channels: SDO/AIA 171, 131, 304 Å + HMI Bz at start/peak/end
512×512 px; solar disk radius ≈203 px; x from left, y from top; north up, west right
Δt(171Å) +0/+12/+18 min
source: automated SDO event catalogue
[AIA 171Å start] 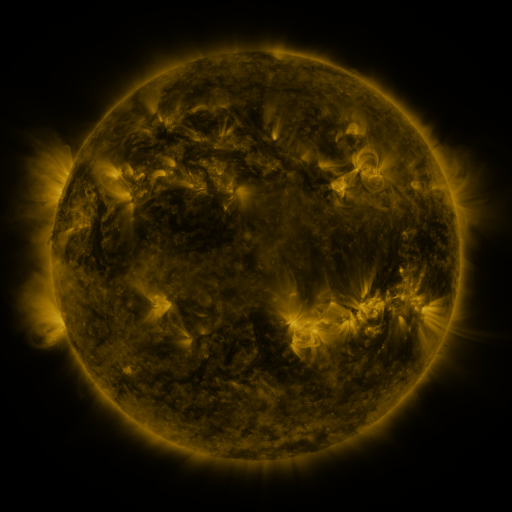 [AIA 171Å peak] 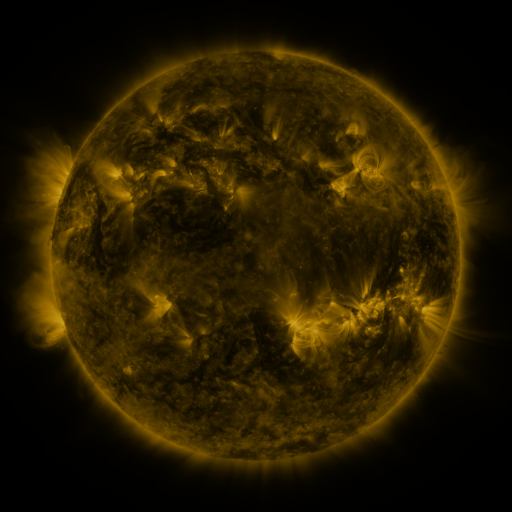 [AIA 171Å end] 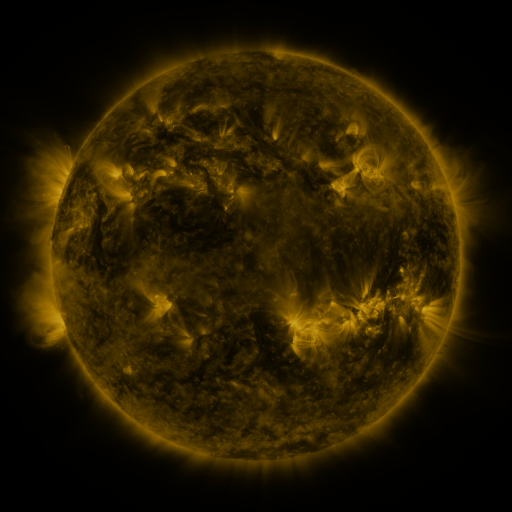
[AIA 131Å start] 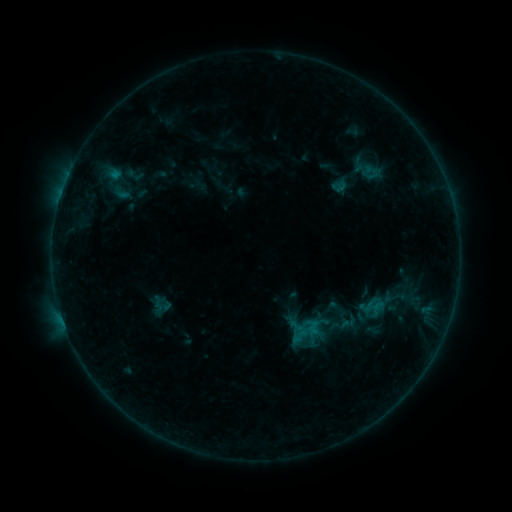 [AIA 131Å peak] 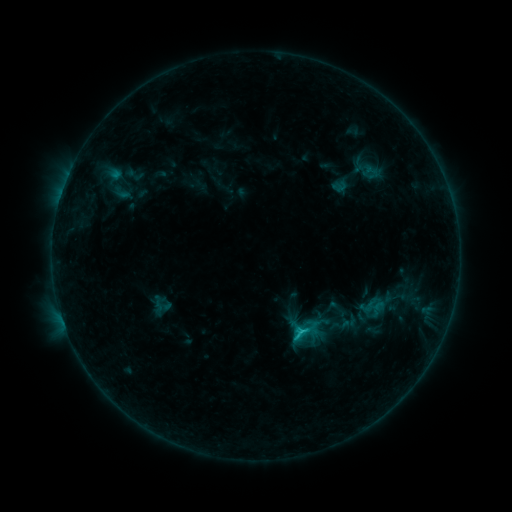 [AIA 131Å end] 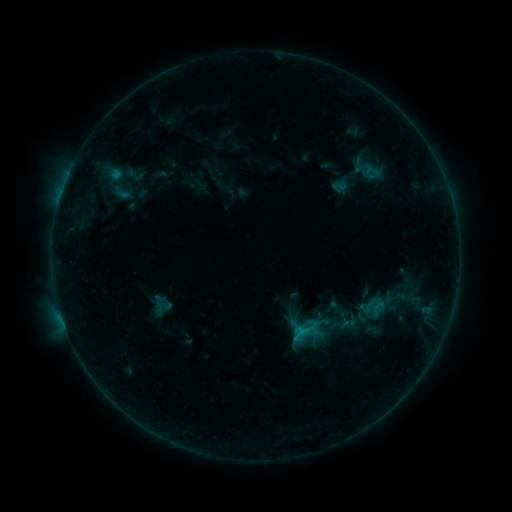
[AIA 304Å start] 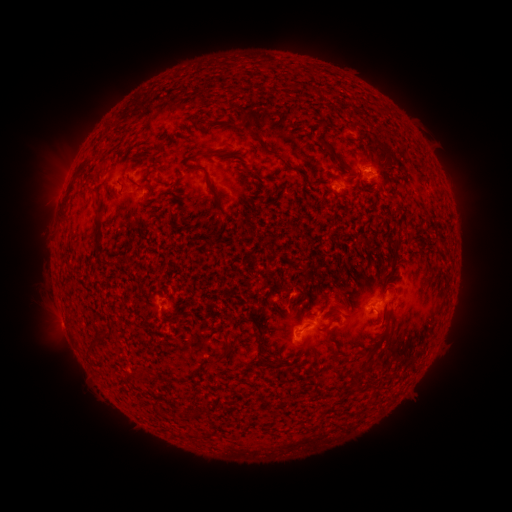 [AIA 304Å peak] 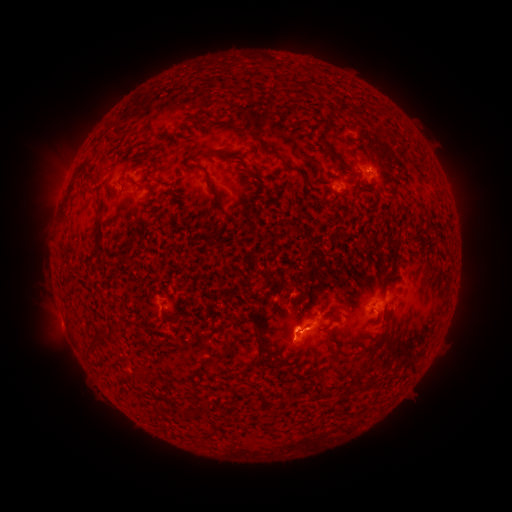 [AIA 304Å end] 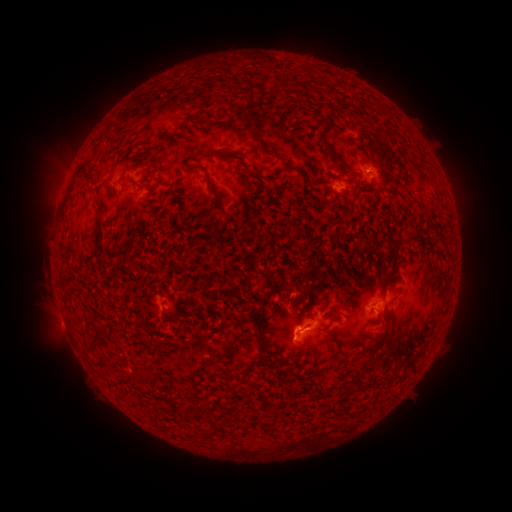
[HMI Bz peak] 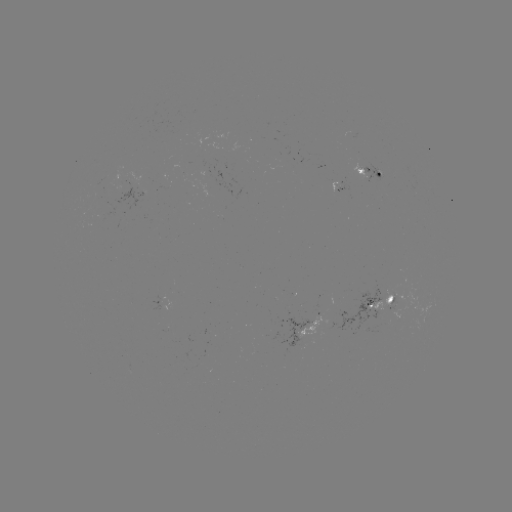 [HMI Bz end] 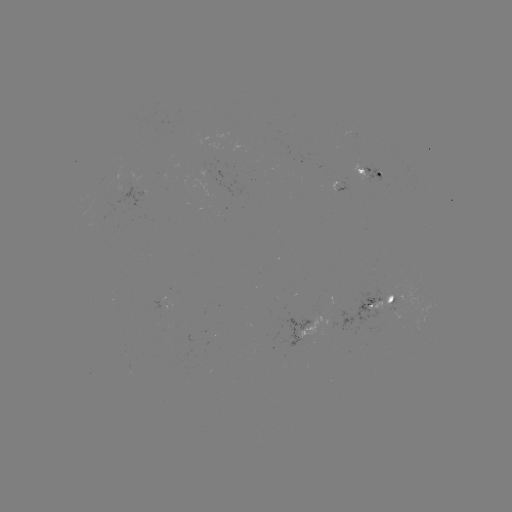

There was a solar flare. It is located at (293, 337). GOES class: C1.0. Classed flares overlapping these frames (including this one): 1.